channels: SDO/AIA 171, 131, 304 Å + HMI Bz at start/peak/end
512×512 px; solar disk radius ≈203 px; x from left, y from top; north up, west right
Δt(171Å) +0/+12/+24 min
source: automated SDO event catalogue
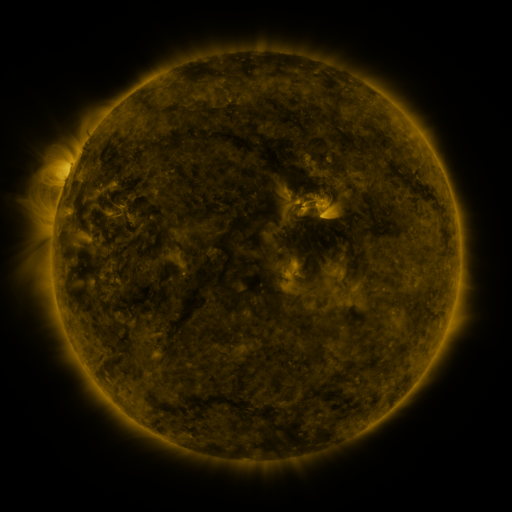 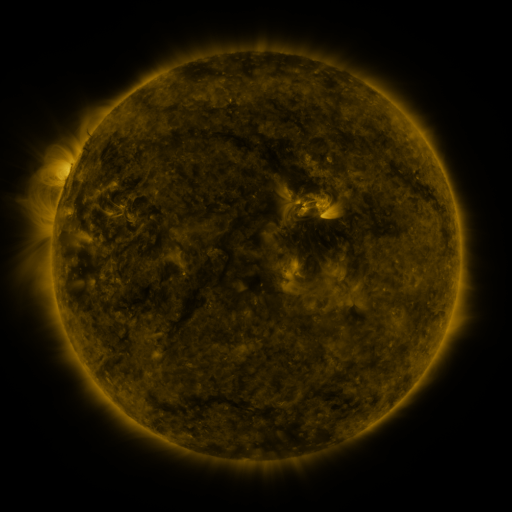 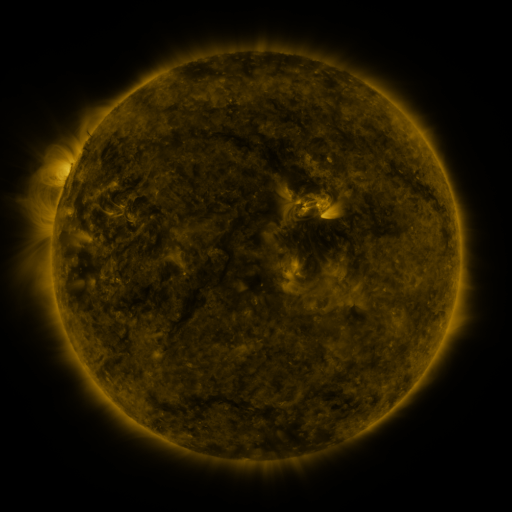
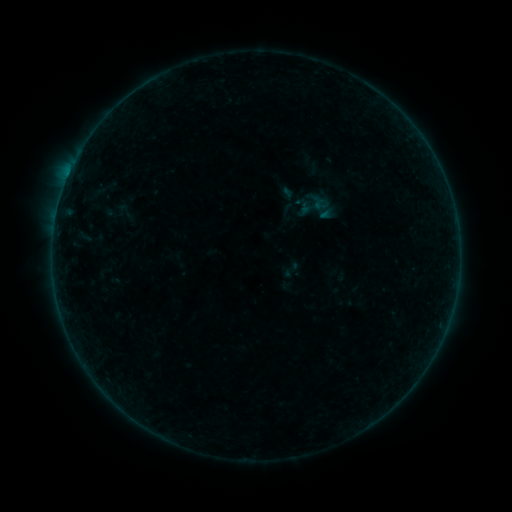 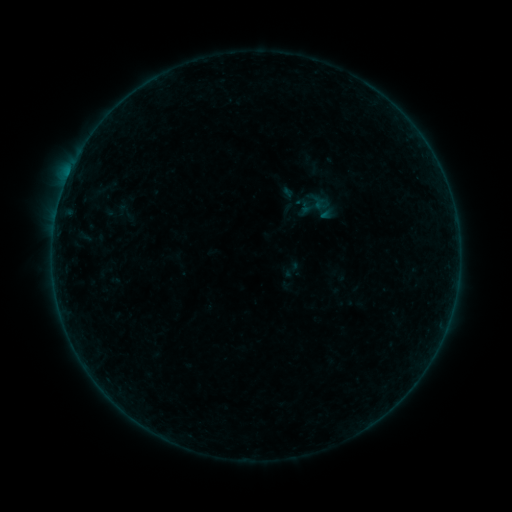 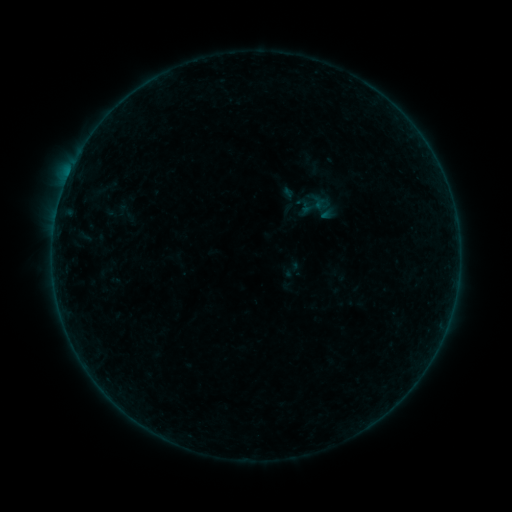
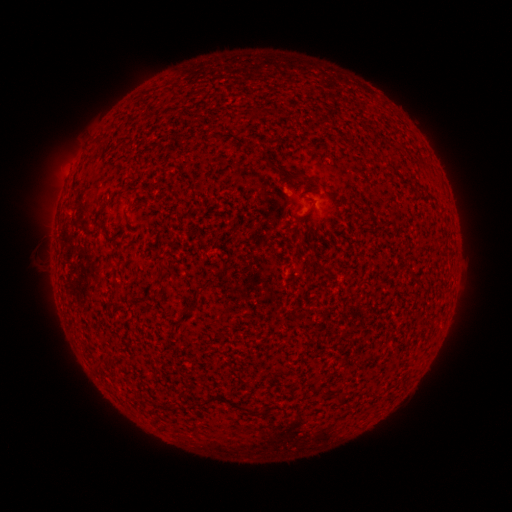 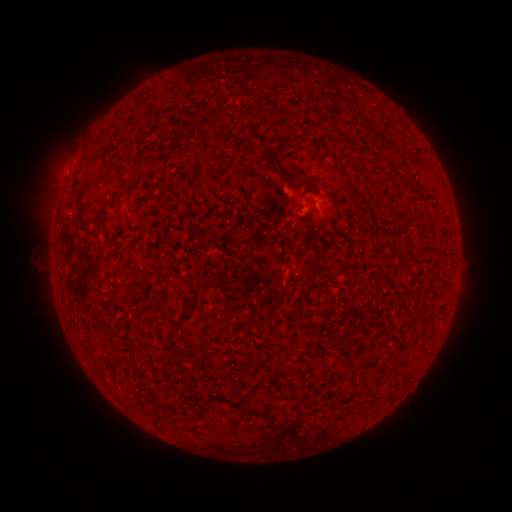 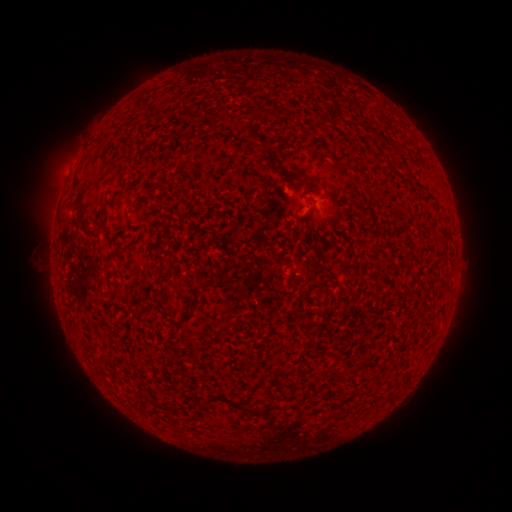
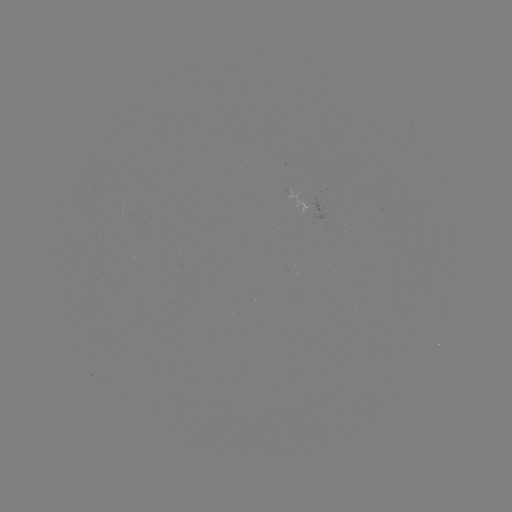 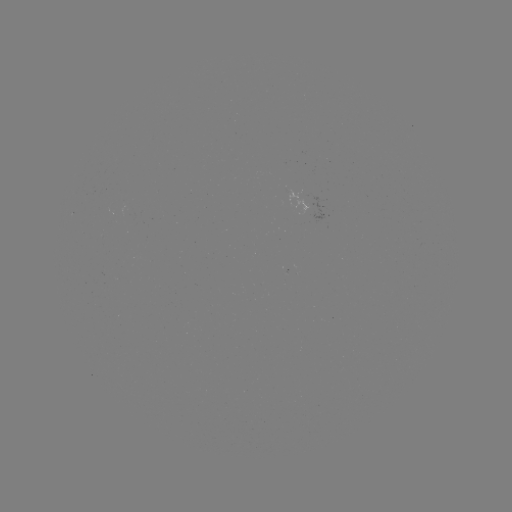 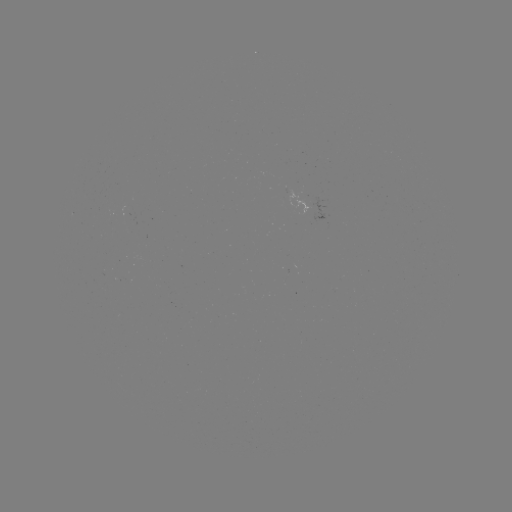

no flare in any classed list; no EUV-trigger detection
